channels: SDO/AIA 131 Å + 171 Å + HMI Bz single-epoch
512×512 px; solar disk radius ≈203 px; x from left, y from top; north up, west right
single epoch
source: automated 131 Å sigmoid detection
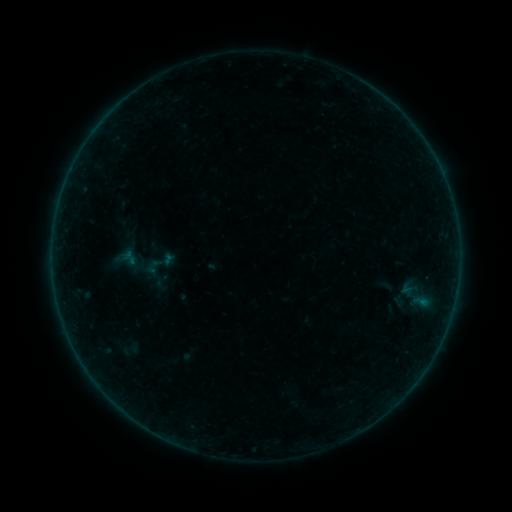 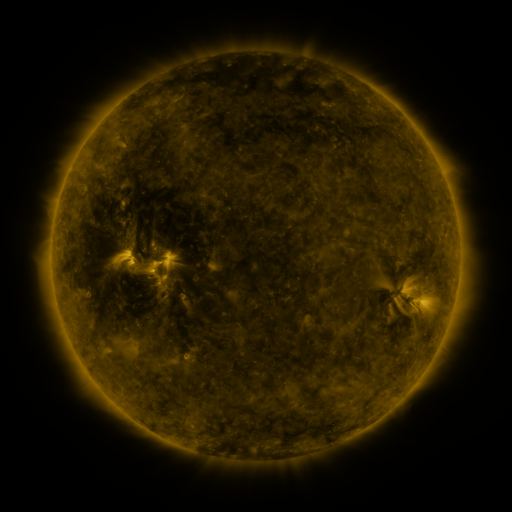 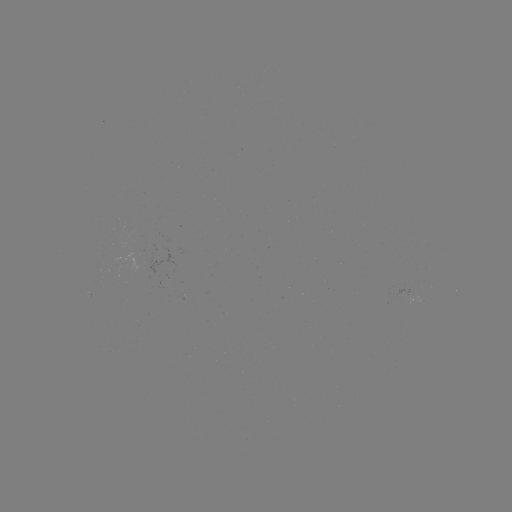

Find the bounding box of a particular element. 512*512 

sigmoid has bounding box [143, 255, 164, 278].